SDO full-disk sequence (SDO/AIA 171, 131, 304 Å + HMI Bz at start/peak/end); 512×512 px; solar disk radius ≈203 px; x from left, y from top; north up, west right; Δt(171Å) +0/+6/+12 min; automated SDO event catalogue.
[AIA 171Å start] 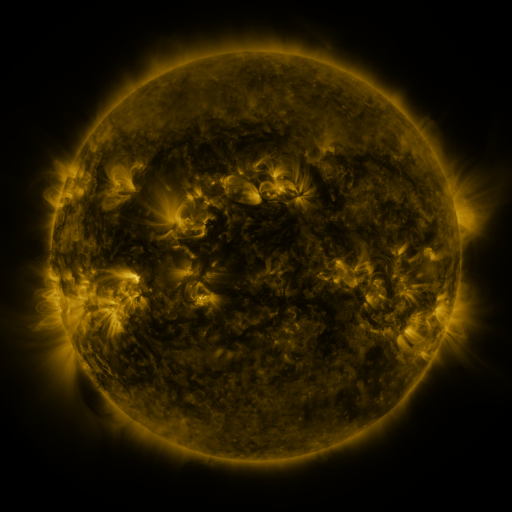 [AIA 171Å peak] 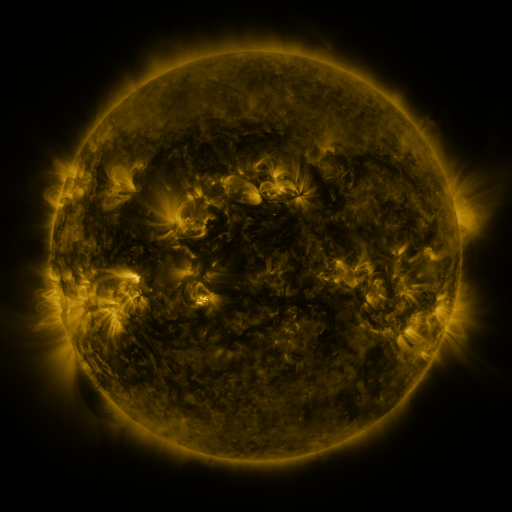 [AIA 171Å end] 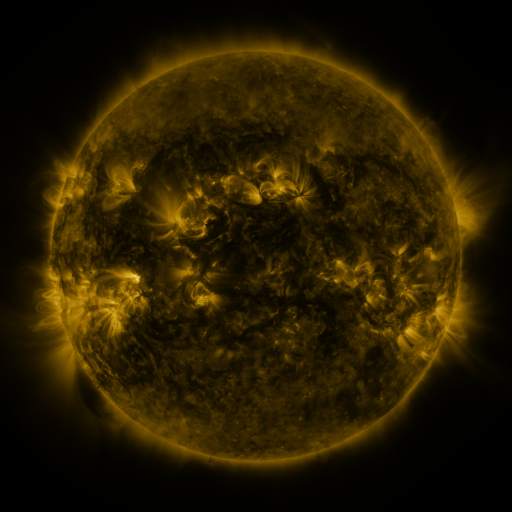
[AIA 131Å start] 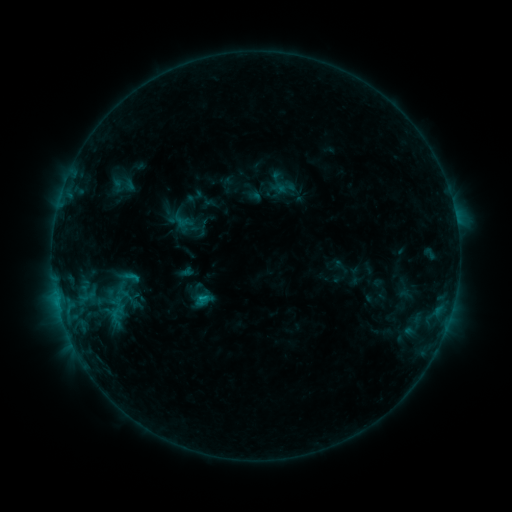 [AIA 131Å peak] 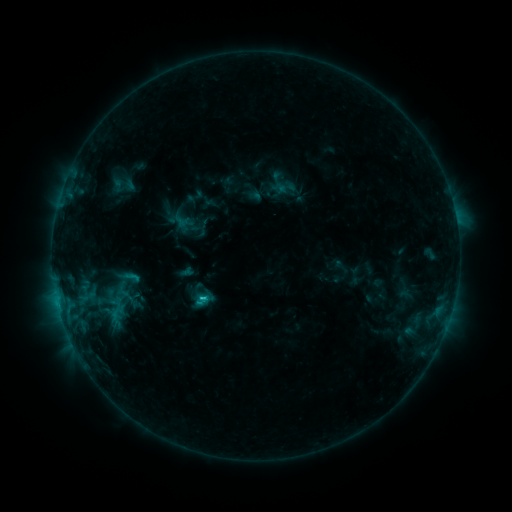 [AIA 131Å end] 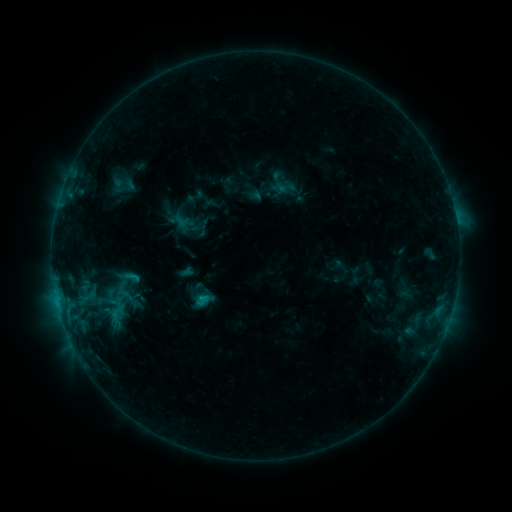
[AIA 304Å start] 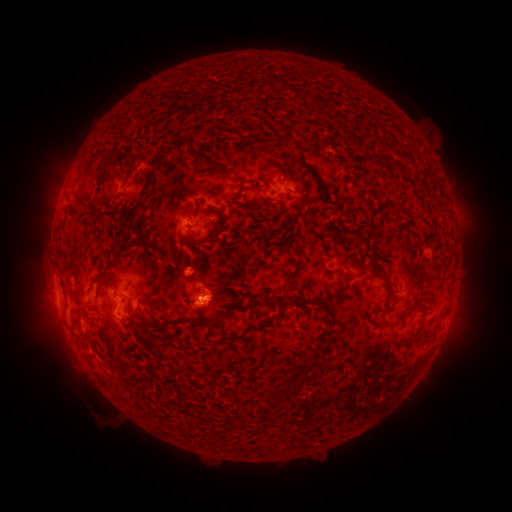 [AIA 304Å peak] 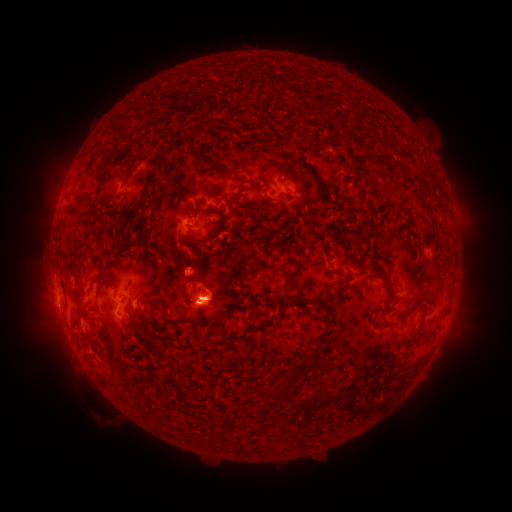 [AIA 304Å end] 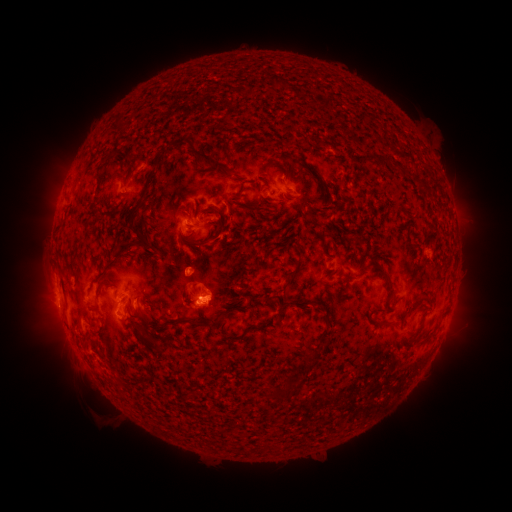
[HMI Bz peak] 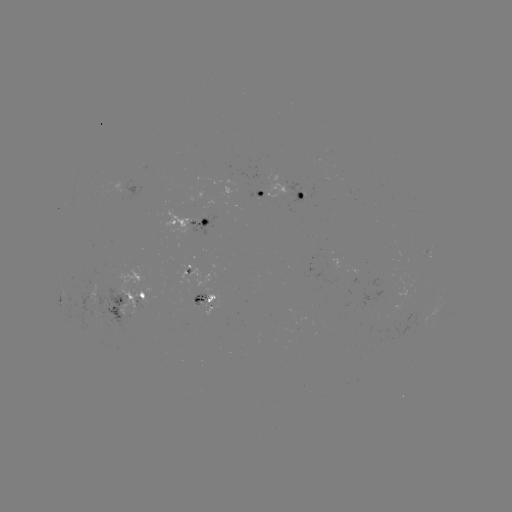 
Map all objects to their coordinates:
C1.0 flare: (205, 296)
